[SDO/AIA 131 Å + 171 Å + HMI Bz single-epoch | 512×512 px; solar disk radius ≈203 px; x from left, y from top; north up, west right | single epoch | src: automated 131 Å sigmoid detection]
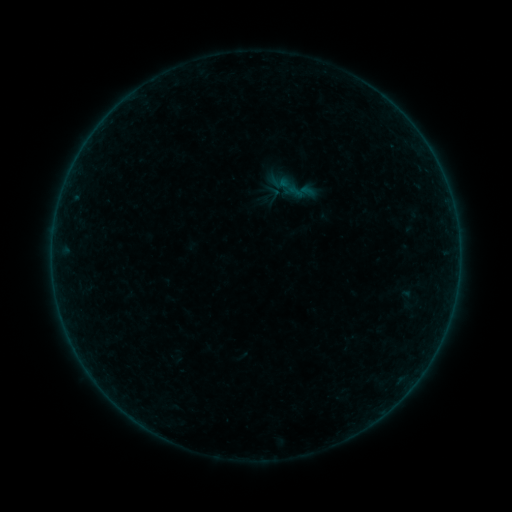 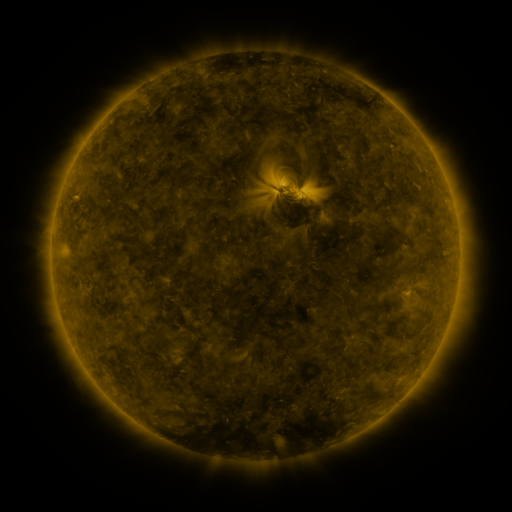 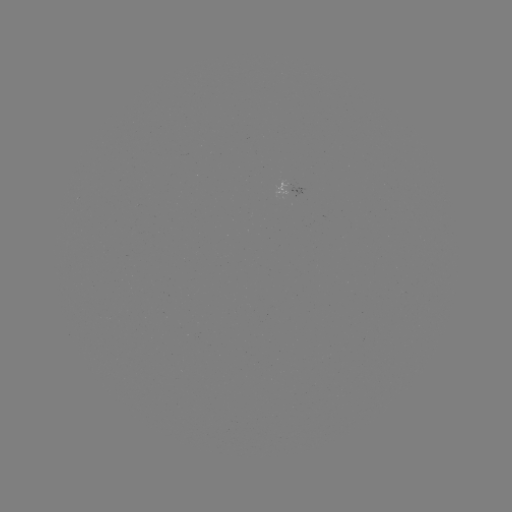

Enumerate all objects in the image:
sigmoid: (274, 169, 317, 210)
